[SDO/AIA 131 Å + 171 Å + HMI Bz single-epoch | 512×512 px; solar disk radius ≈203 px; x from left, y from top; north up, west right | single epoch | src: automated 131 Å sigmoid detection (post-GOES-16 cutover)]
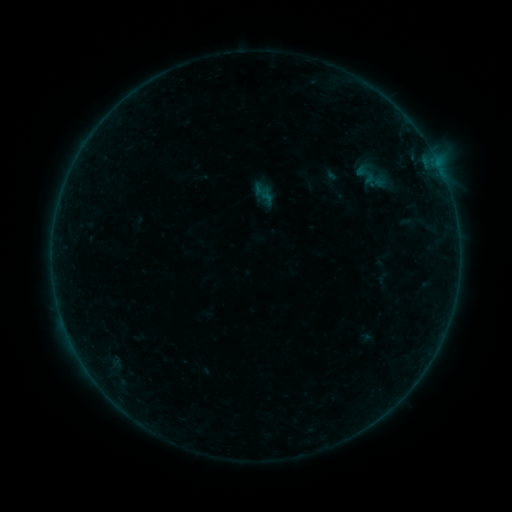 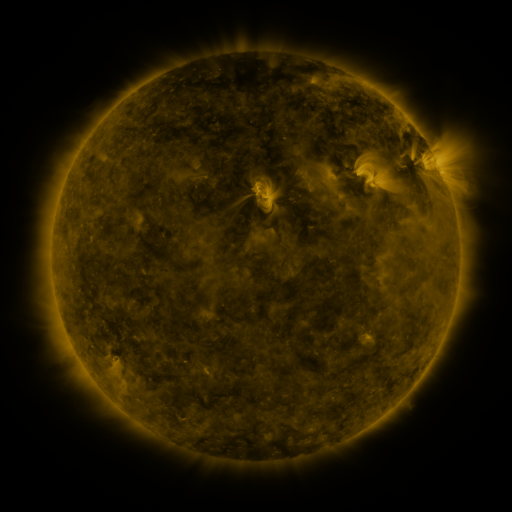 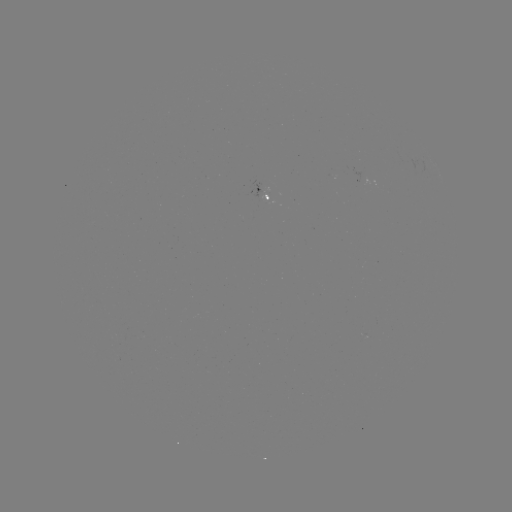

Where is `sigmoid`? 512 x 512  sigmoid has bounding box [346, 162, 387, 187].